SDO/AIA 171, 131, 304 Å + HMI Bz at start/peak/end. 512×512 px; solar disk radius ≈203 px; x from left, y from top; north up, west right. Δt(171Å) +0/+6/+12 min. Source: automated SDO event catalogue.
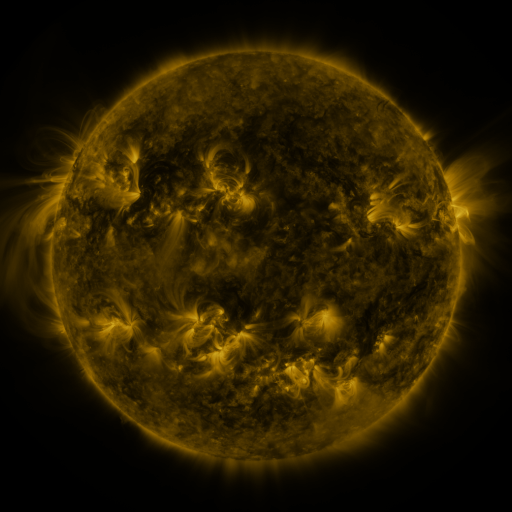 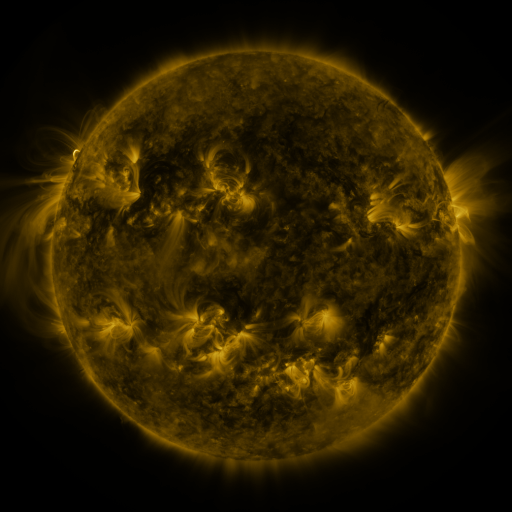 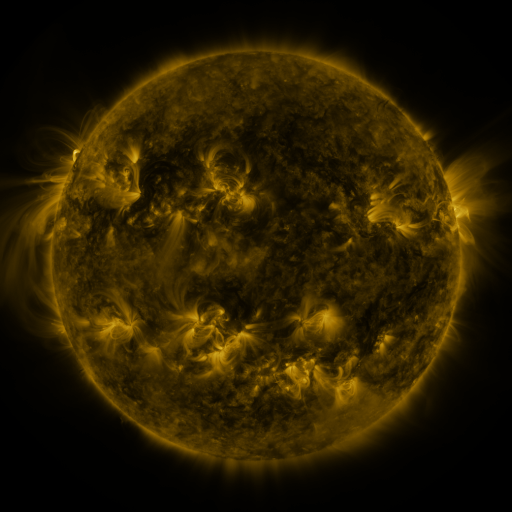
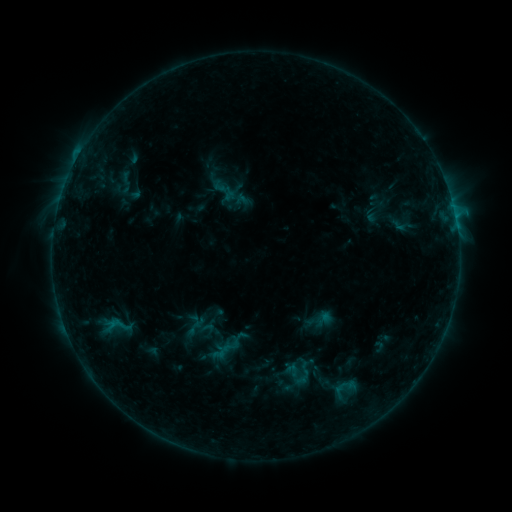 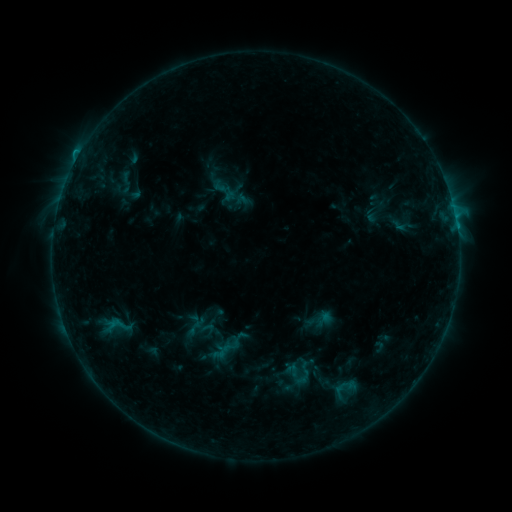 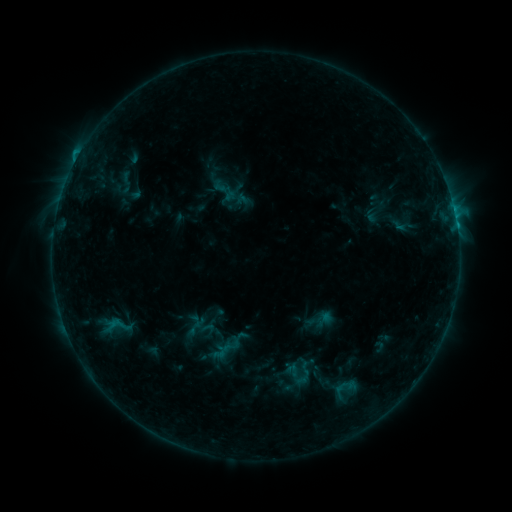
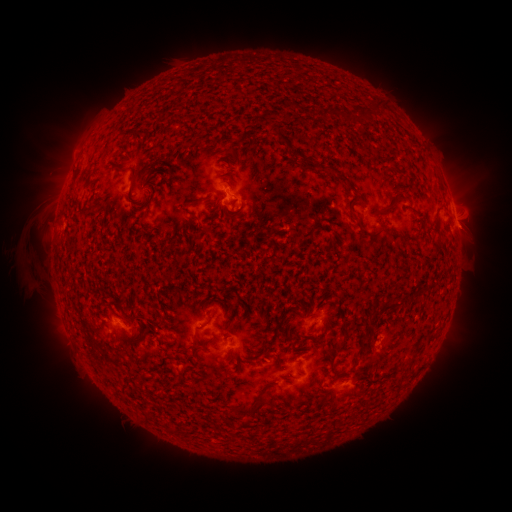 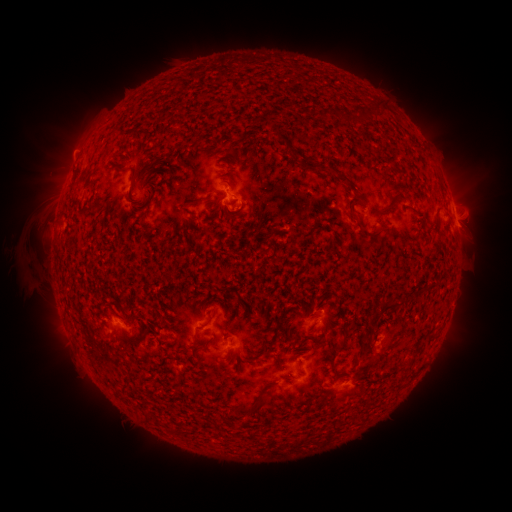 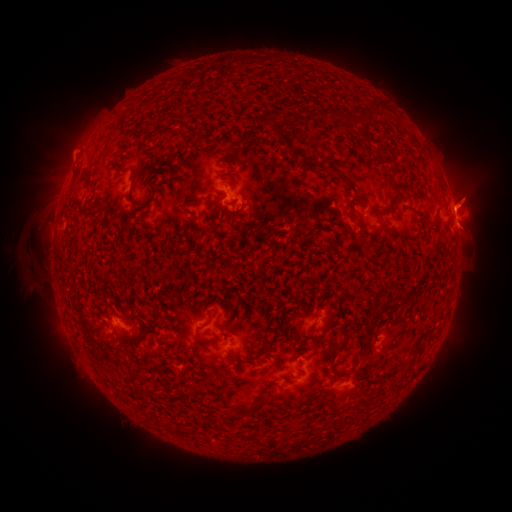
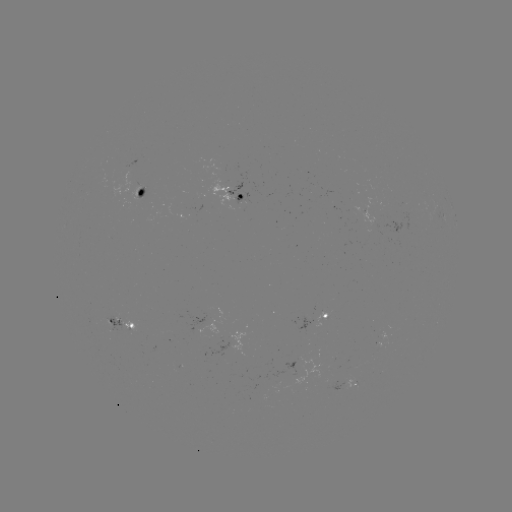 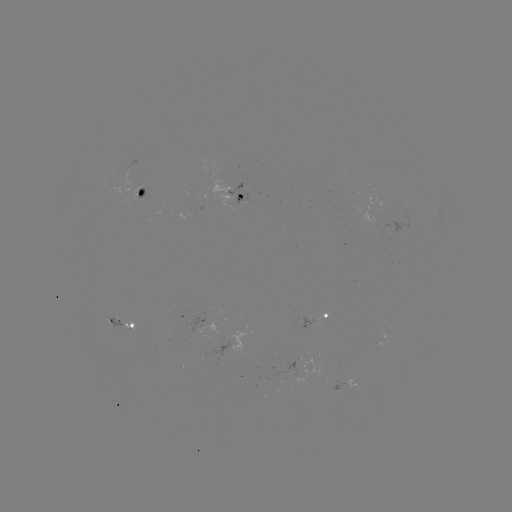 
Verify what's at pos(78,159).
B6.7 flare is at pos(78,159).